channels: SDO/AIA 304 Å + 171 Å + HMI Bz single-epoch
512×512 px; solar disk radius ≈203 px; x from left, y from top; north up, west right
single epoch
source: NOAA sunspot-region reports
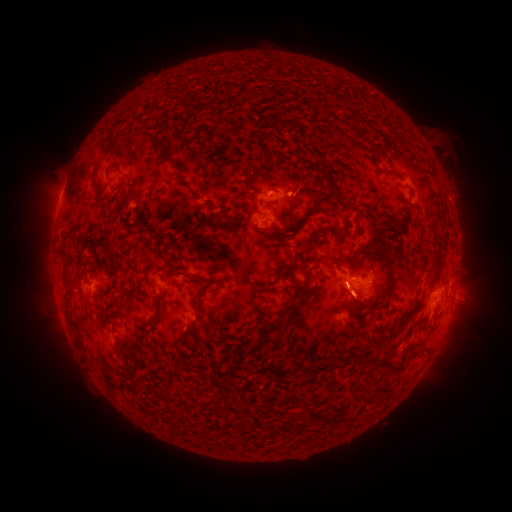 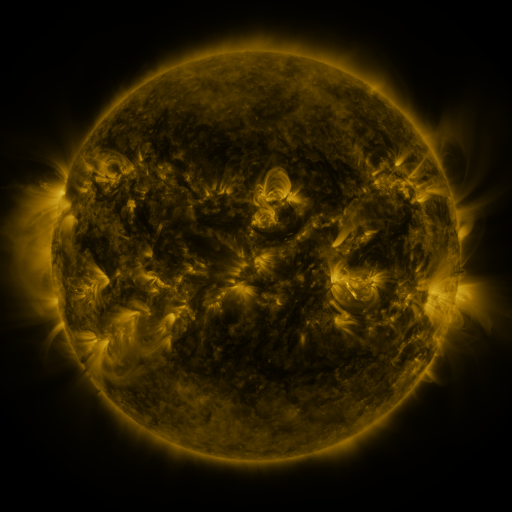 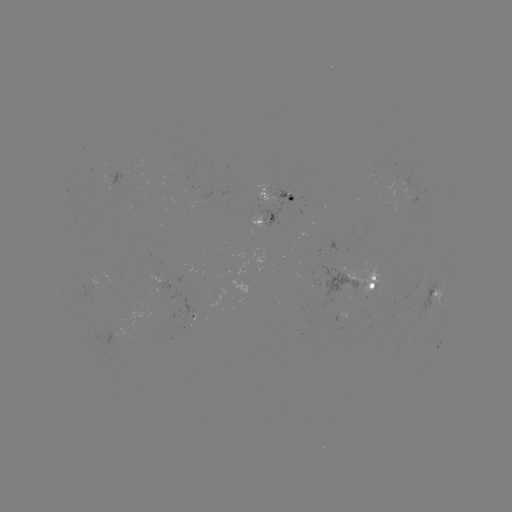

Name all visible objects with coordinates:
spotted active region: (280, 197)
spotted active region: (270, 221)
spotted active region: (163, 284)
spotted active region: (450, 285)
spotted active region: (360, 288)
spotted active region: (438, 299)
